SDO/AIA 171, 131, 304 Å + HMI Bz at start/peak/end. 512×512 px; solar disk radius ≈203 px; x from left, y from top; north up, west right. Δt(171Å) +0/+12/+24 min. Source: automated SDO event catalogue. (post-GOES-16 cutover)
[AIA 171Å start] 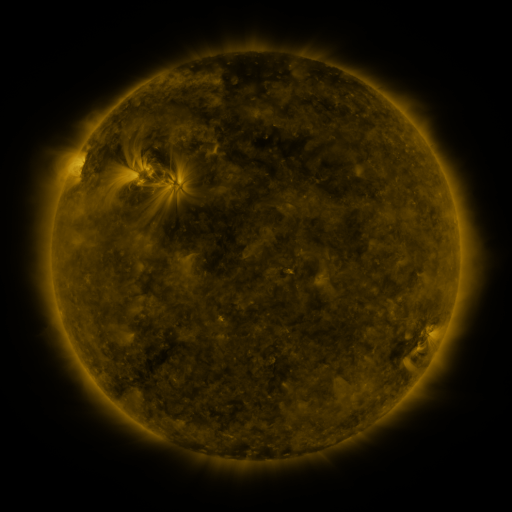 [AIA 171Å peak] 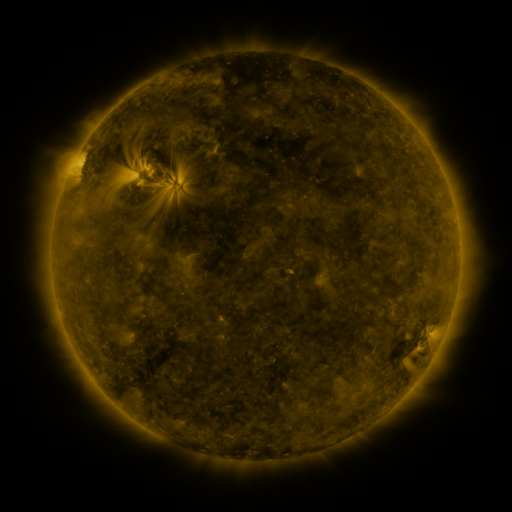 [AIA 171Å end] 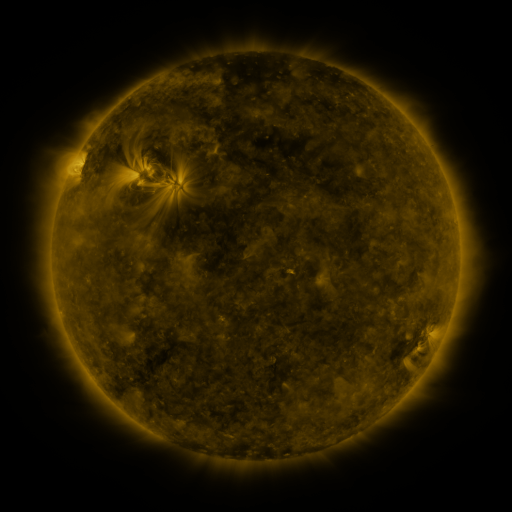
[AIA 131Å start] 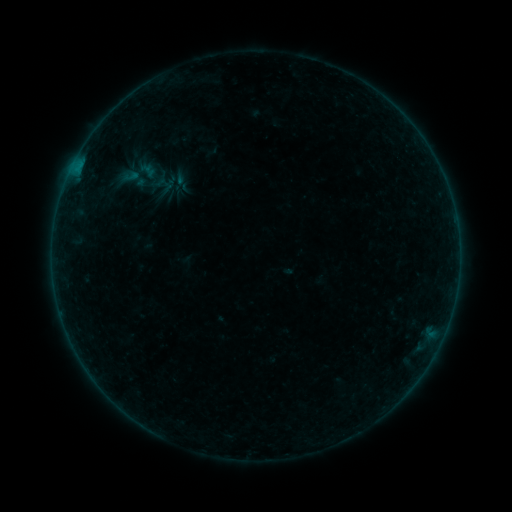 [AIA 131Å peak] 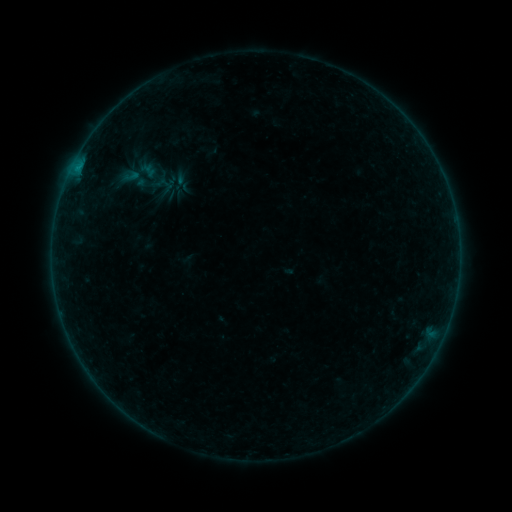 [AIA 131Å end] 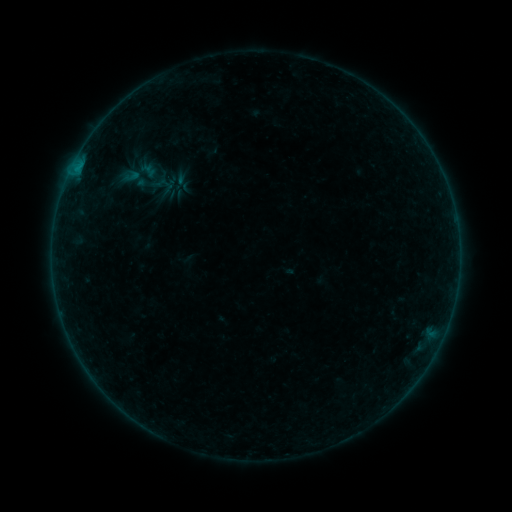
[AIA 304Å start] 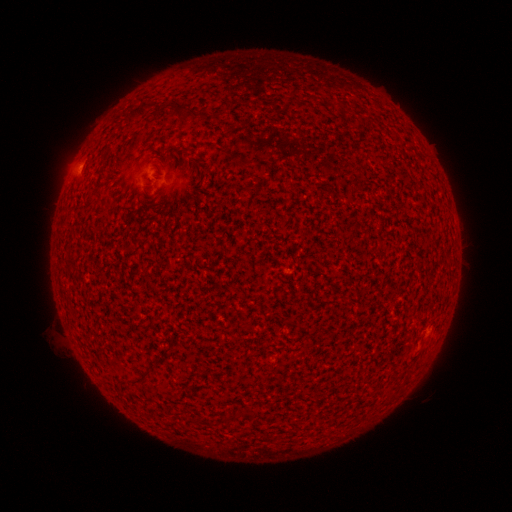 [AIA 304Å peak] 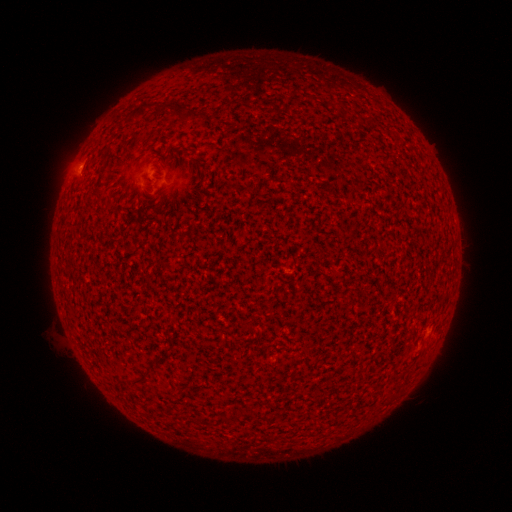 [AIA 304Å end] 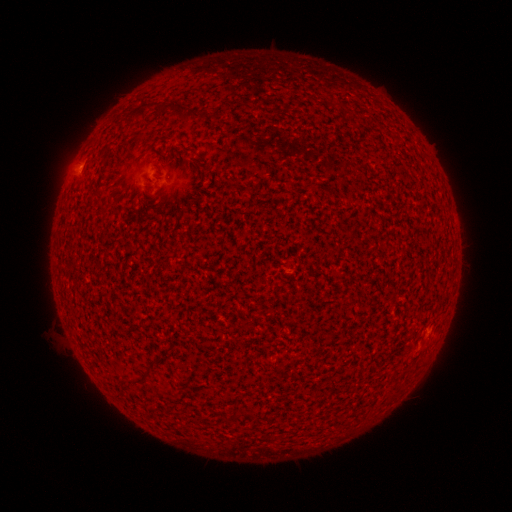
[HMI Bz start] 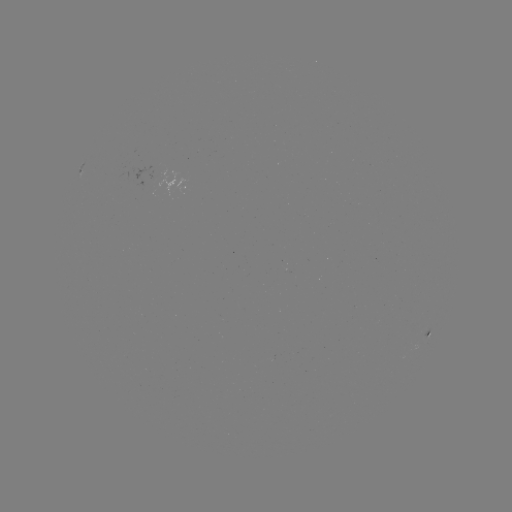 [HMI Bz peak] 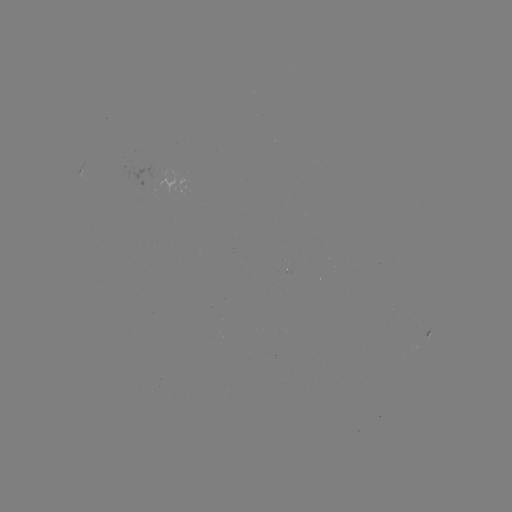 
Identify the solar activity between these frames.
B2.1 flare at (77, 171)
